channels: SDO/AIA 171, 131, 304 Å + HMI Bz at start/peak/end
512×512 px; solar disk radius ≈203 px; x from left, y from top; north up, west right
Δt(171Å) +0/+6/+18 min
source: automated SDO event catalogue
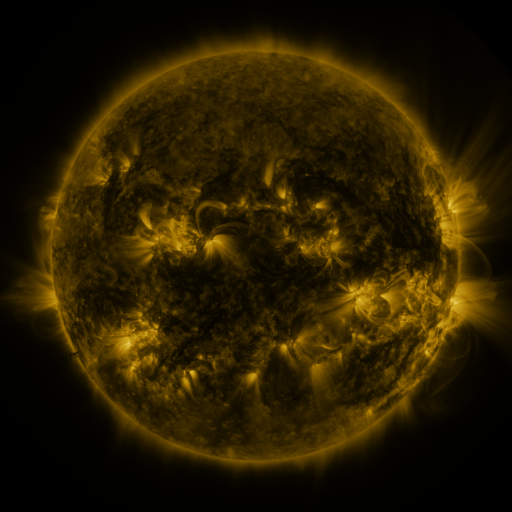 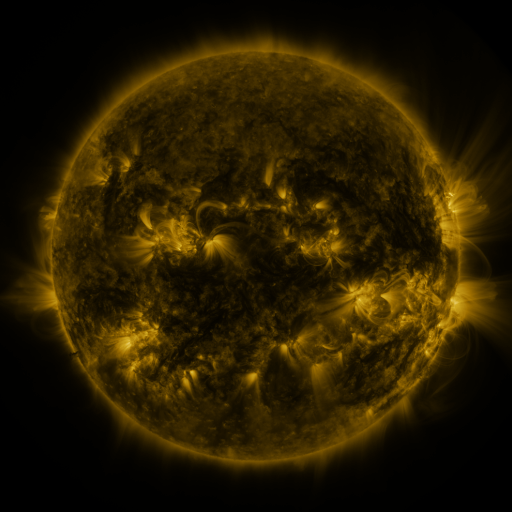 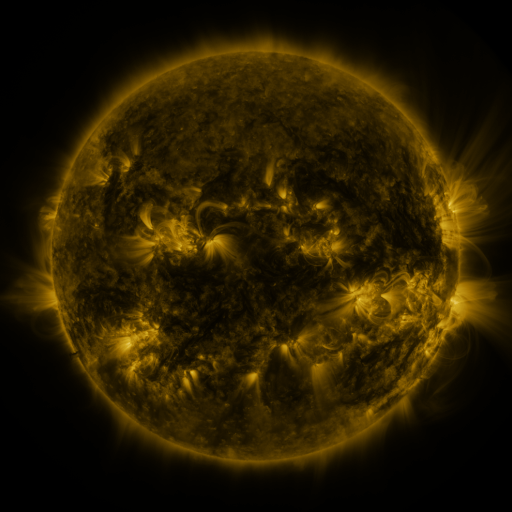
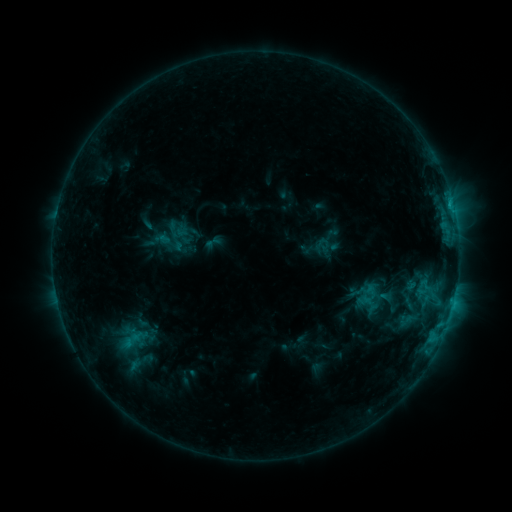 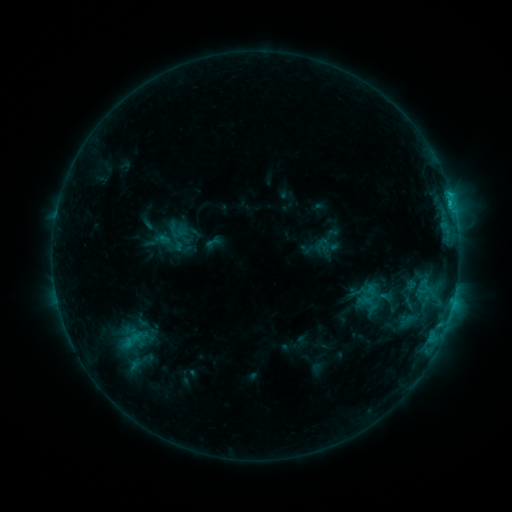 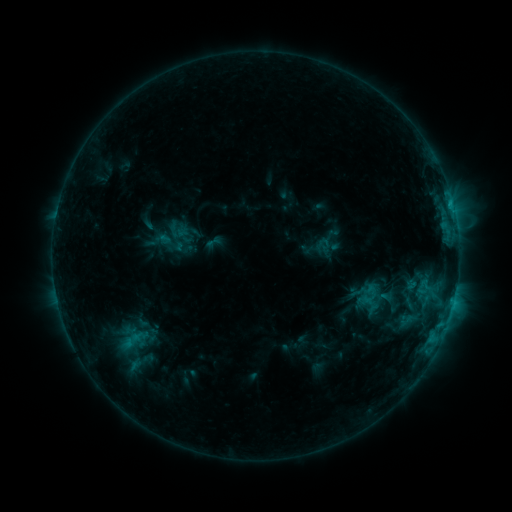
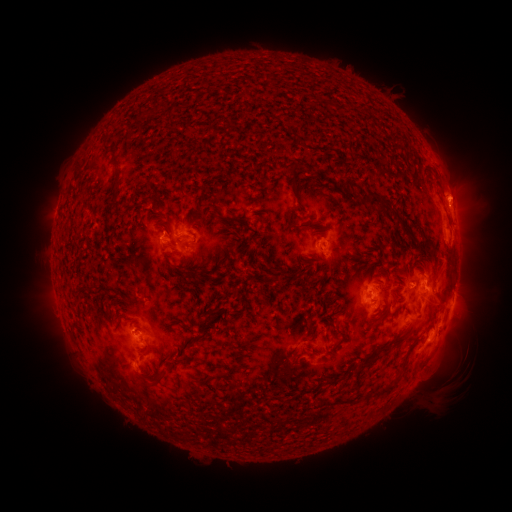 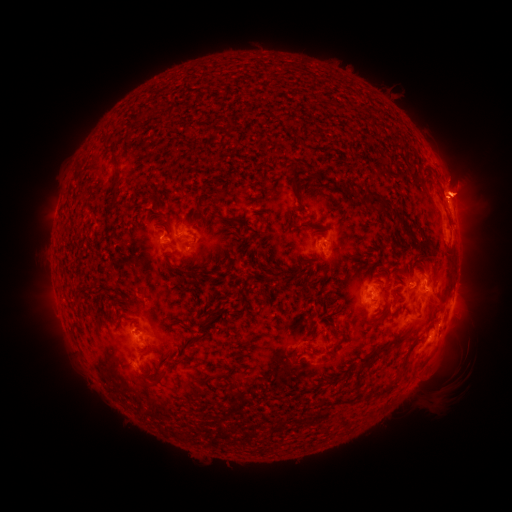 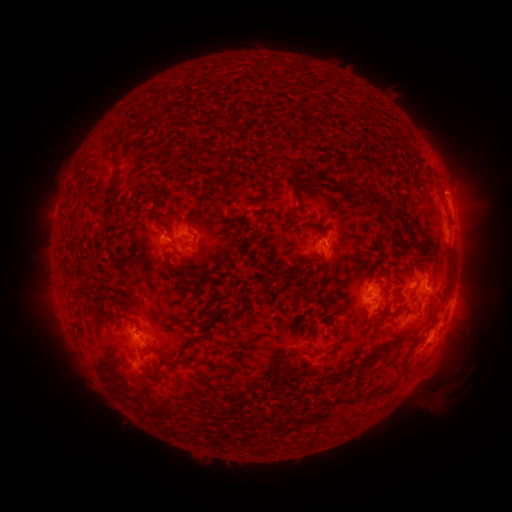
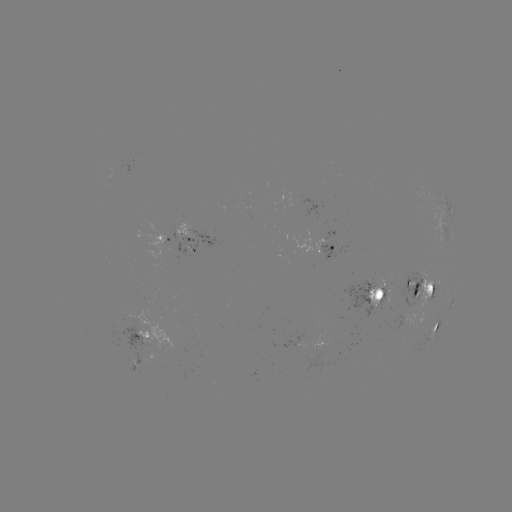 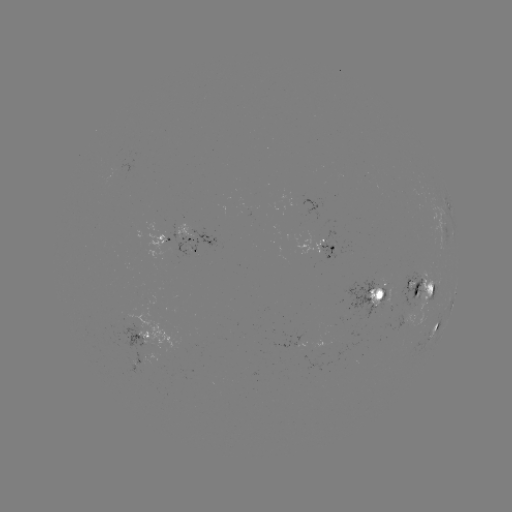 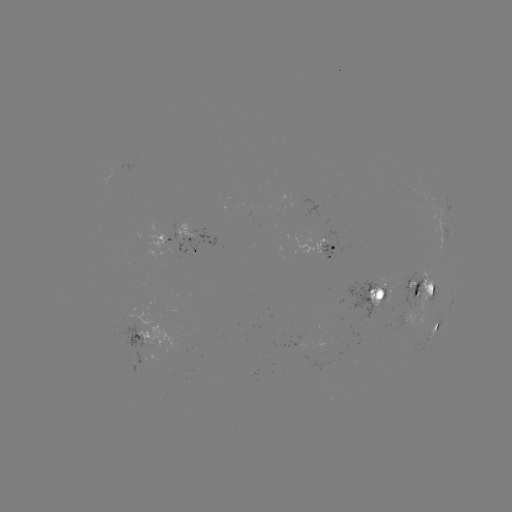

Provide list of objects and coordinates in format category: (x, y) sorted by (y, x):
eruption: (463, 187)
